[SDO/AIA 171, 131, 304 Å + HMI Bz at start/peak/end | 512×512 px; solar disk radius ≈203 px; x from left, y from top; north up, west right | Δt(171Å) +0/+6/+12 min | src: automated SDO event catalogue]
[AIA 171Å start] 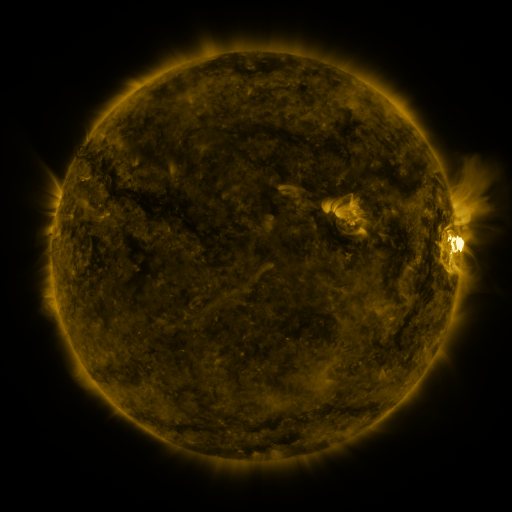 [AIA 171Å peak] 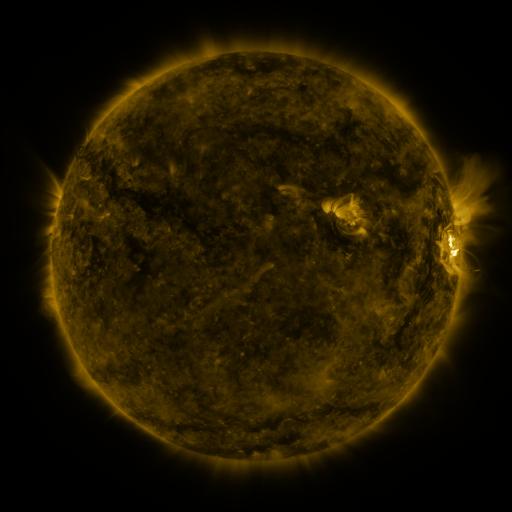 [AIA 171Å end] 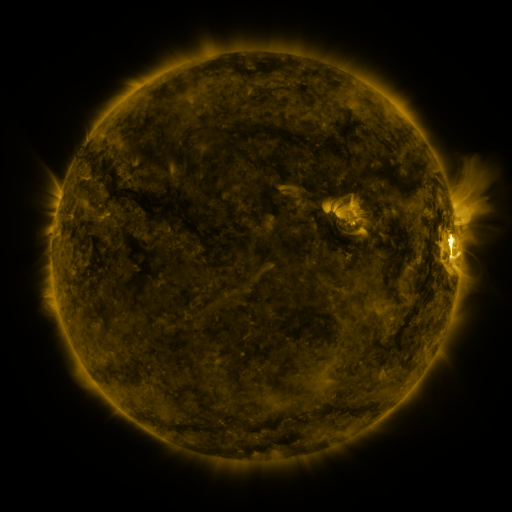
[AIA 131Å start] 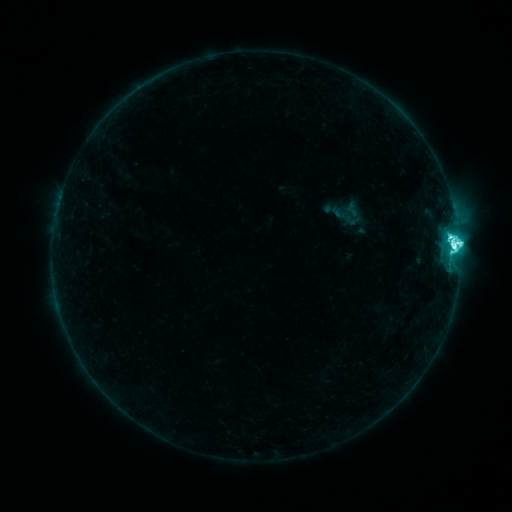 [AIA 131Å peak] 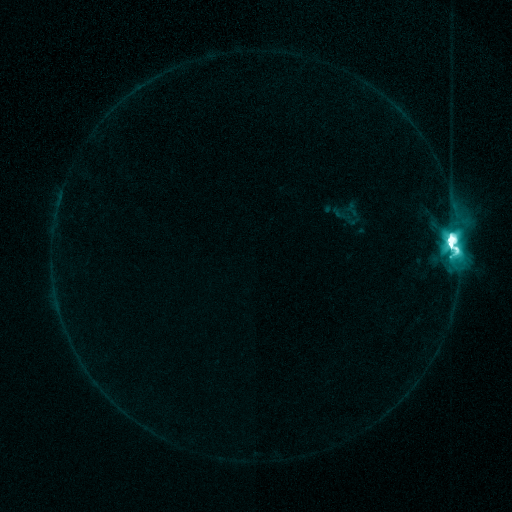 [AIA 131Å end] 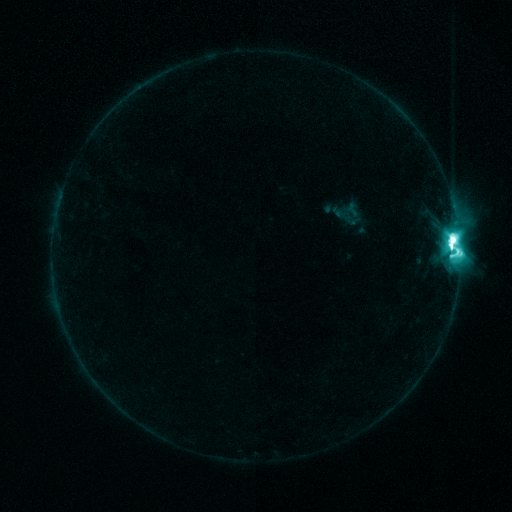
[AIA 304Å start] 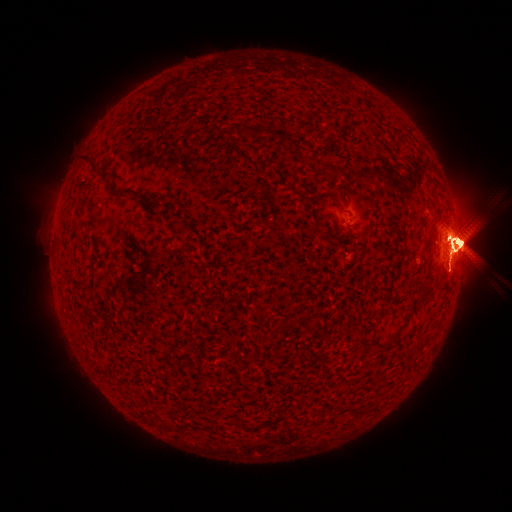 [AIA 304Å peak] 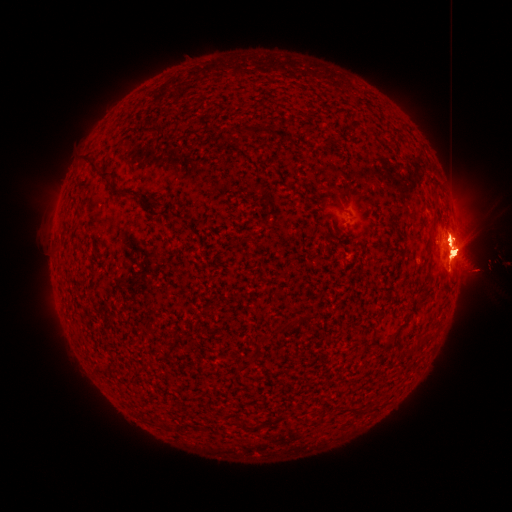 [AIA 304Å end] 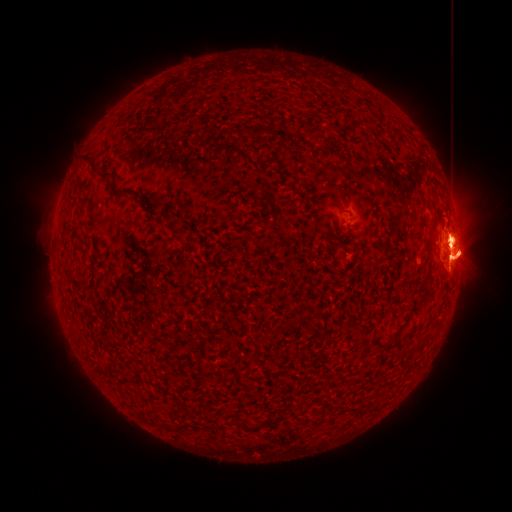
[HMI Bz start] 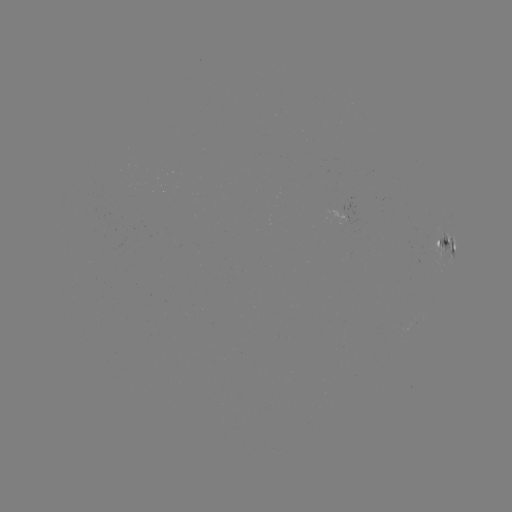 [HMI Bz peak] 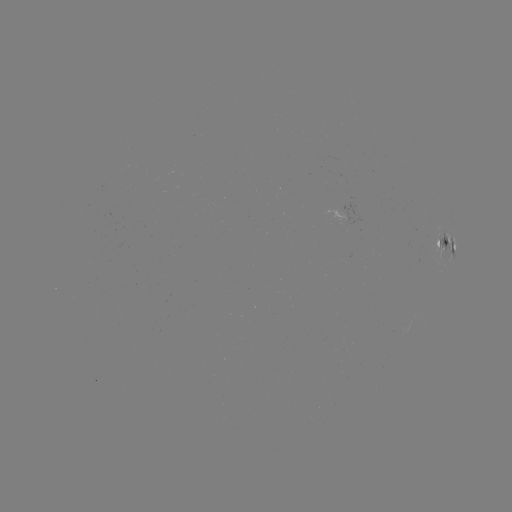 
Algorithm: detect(eruption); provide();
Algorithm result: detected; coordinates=[392, 251]